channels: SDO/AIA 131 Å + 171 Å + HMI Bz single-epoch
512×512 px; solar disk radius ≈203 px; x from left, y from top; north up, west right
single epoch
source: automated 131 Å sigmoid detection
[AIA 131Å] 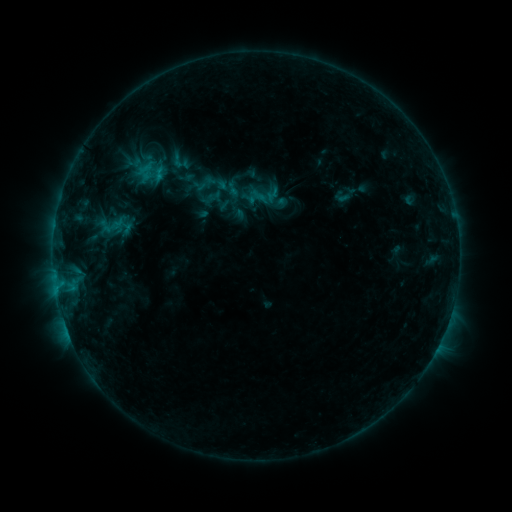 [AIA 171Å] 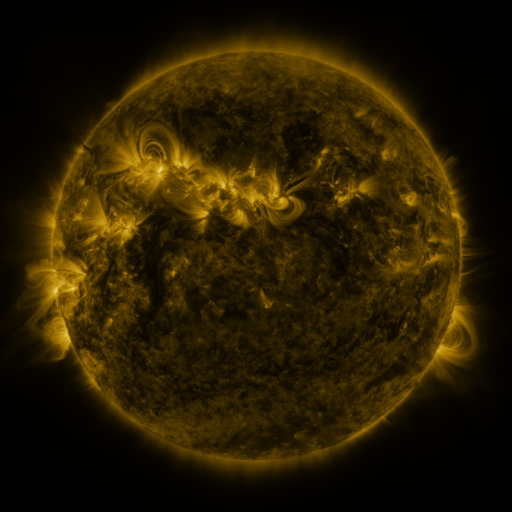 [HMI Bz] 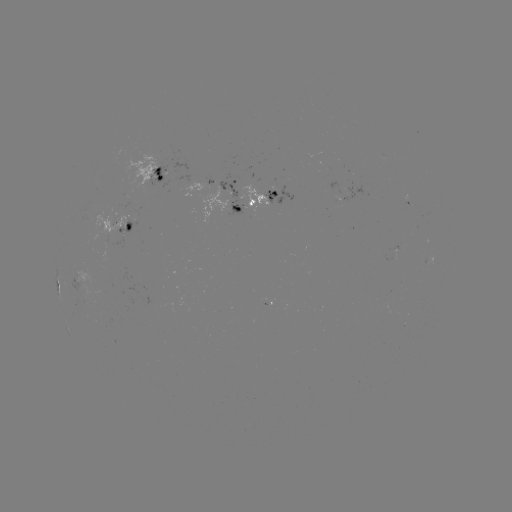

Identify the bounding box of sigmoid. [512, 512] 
[209, 173, 241, 205].